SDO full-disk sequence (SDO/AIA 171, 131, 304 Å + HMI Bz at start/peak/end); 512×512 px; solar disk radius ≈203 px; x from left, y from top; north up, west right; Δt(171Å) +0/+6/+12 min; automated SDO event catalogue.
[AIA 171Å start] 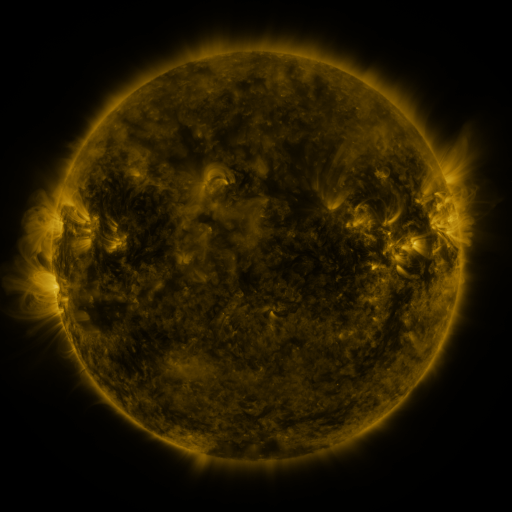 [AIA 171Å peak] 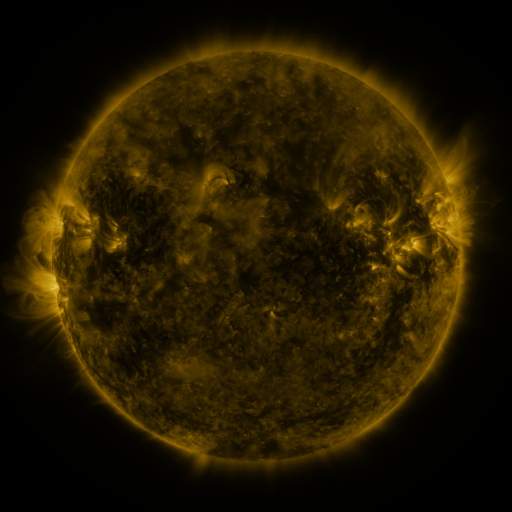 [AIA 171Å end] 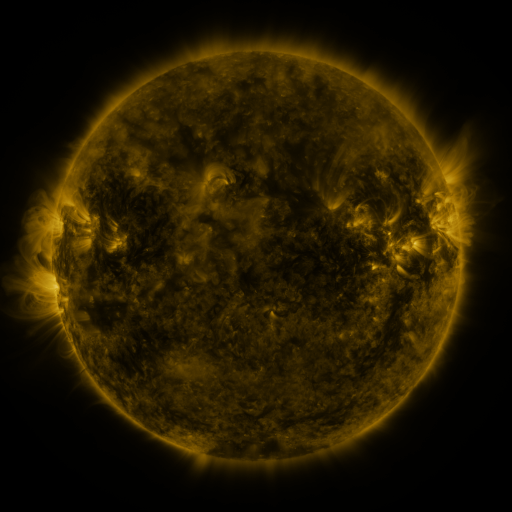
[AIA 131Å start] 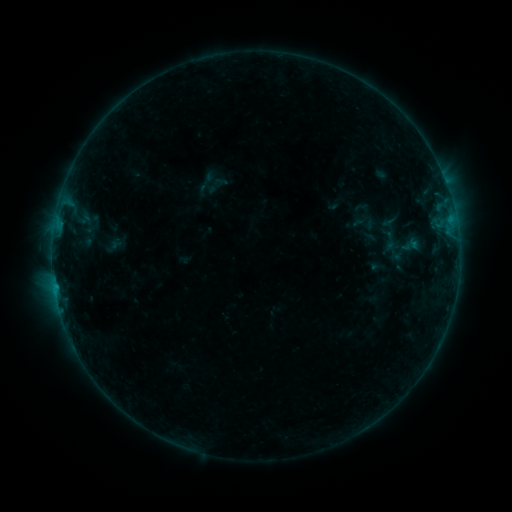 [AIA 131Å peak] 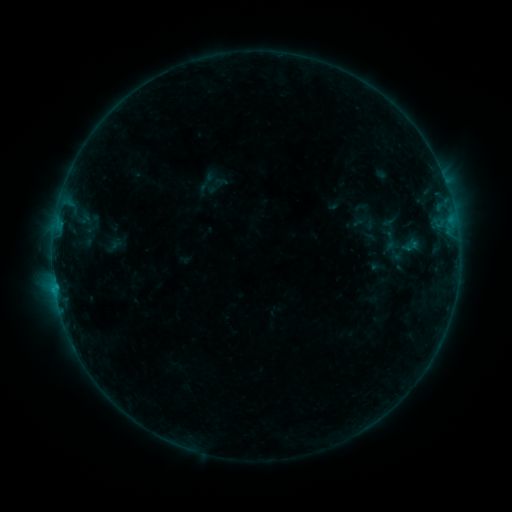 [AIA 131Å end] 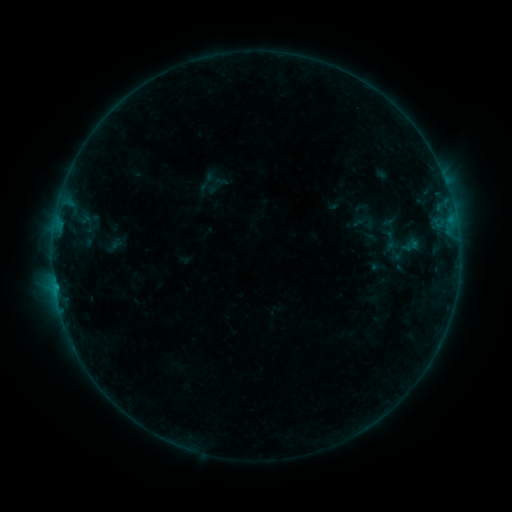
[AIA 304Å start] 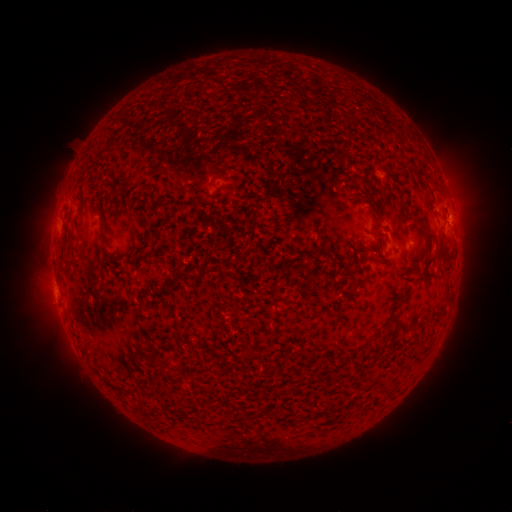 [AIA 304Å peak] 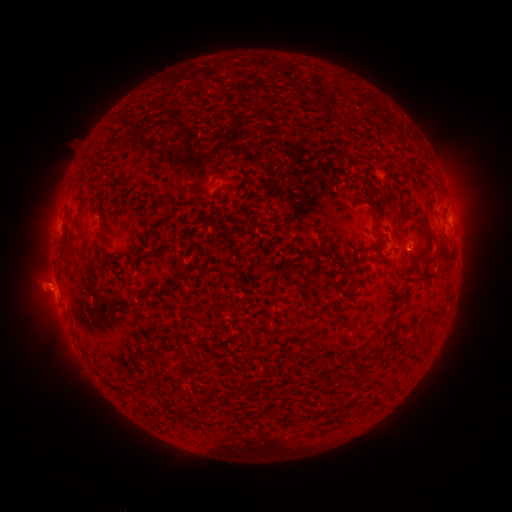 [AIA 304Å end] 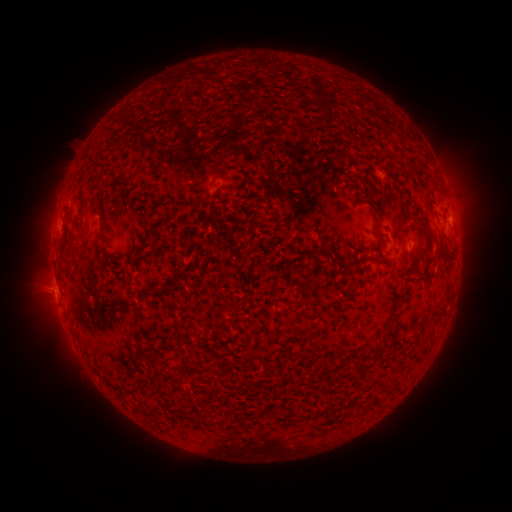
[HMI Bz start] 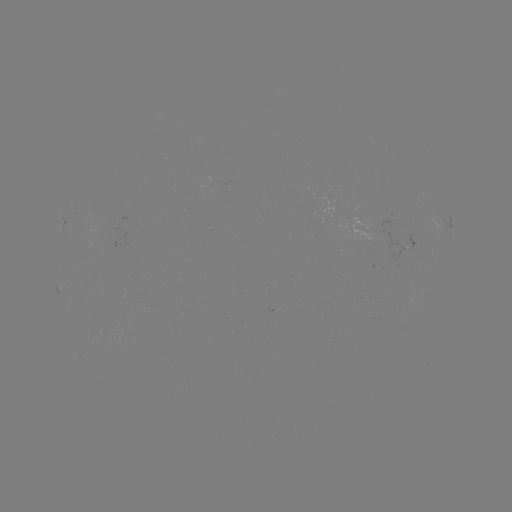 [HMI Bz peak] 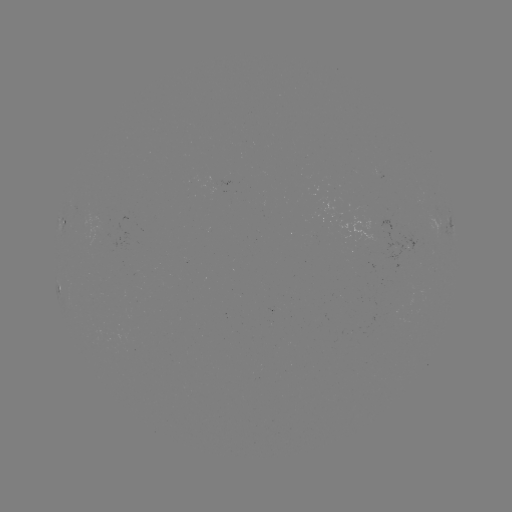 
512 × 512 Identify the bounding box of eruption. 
[16, 257, 73, 319].